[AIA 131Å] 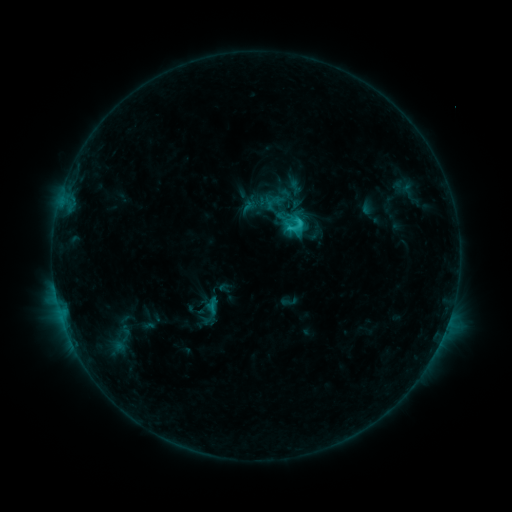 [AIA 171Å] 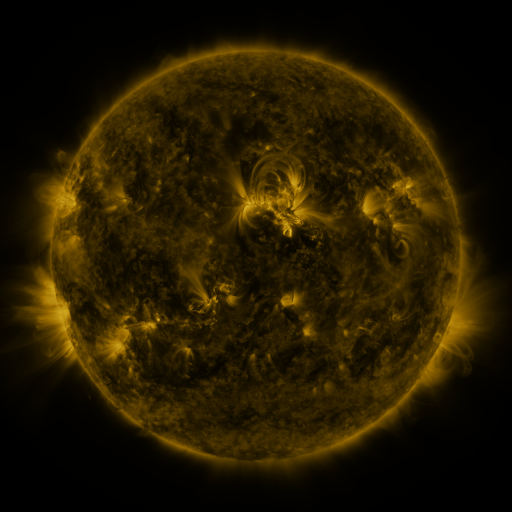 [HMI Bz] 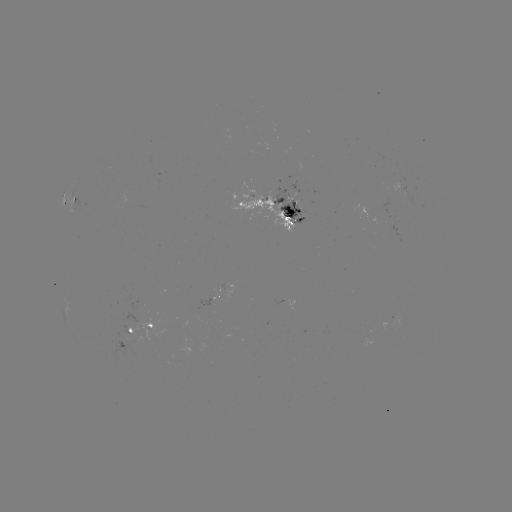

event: sigmoid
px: (273, 203)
